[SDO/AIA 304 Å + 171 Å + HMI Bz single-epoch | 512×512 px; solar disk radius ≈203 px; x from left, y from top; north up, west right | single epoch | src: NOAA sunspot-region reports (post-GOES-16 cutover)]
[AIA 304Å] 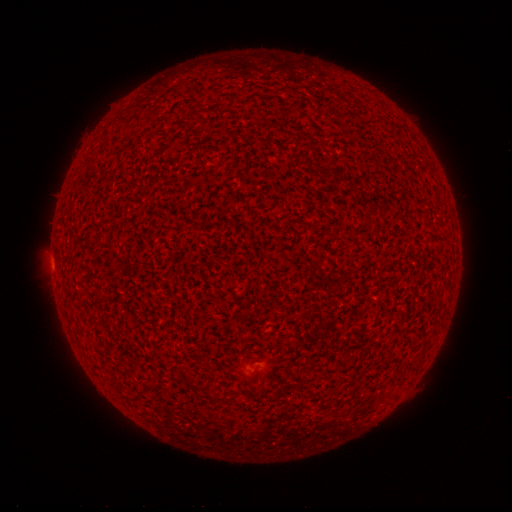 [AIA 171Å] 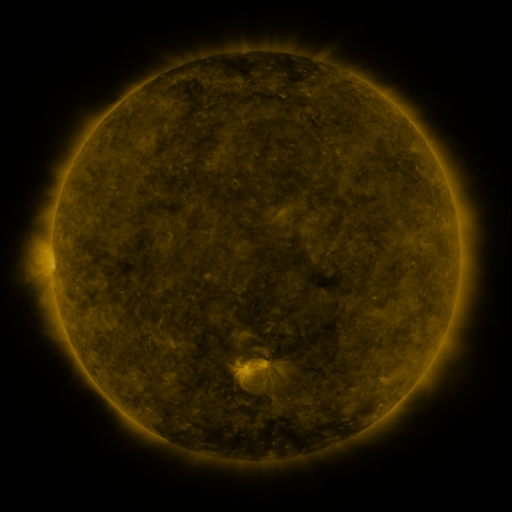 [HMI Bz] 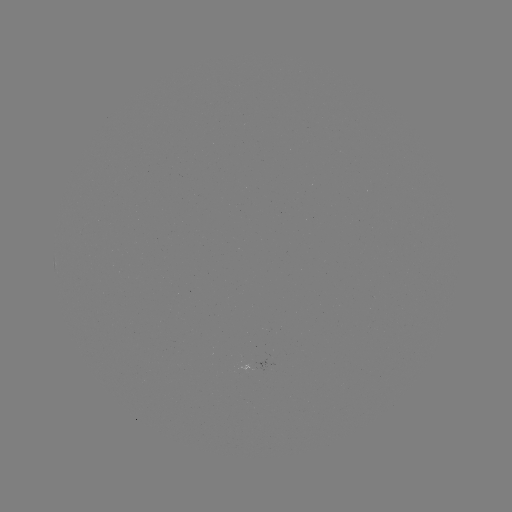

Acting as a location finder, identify spotted active region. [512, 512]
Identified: [264, 362].